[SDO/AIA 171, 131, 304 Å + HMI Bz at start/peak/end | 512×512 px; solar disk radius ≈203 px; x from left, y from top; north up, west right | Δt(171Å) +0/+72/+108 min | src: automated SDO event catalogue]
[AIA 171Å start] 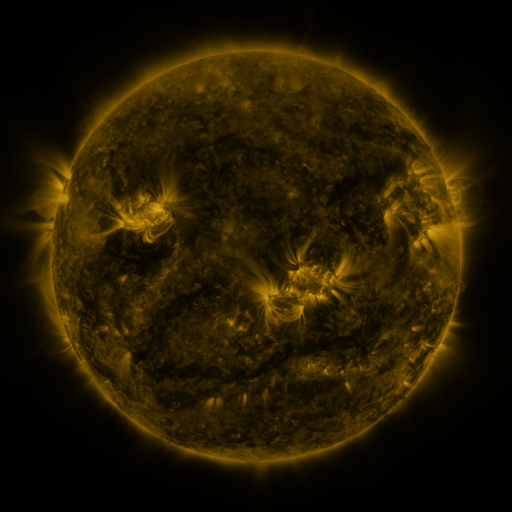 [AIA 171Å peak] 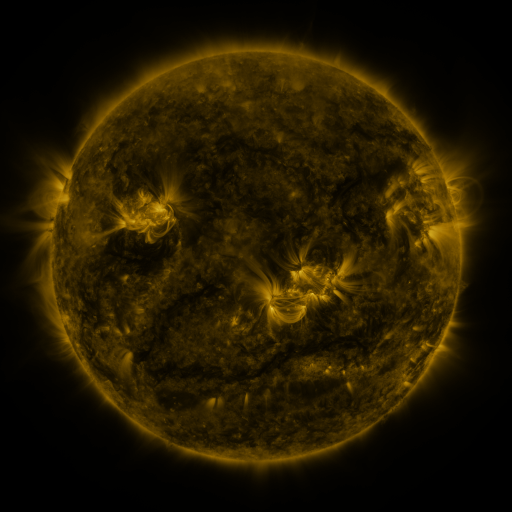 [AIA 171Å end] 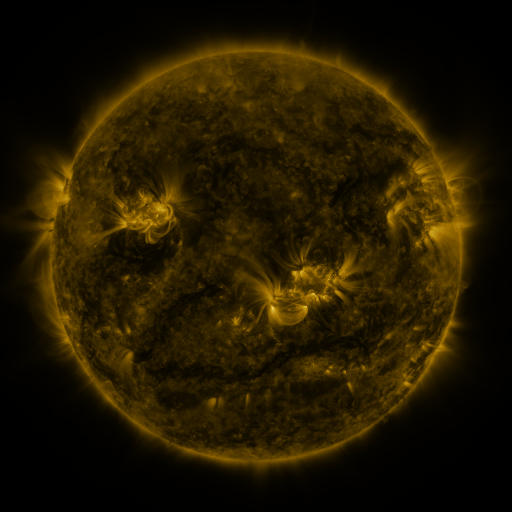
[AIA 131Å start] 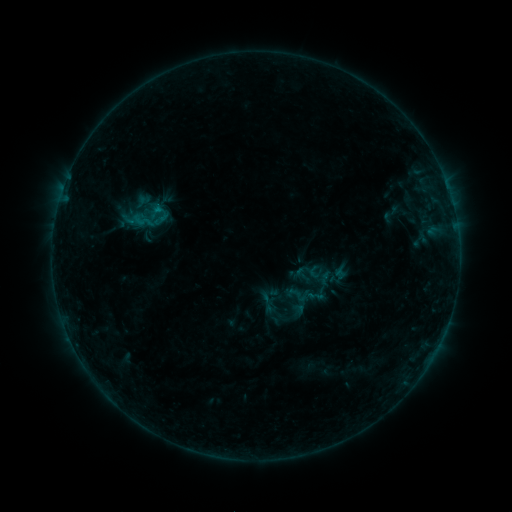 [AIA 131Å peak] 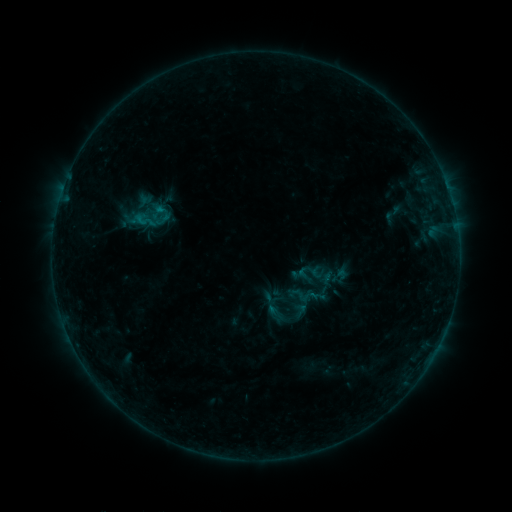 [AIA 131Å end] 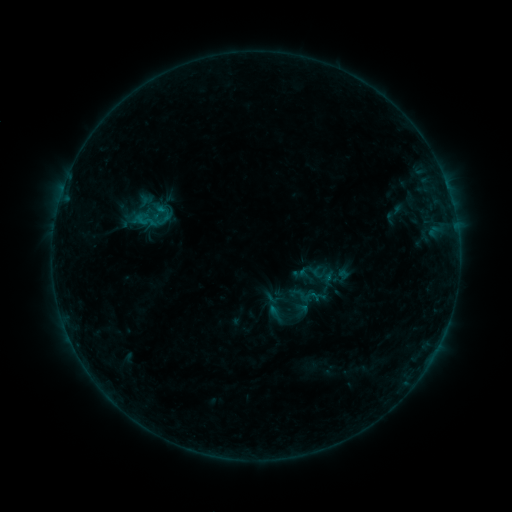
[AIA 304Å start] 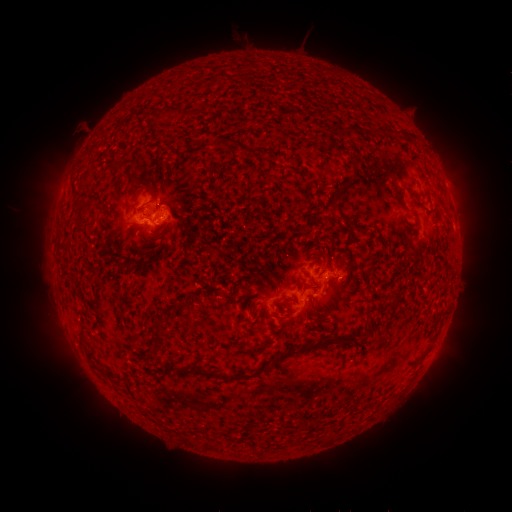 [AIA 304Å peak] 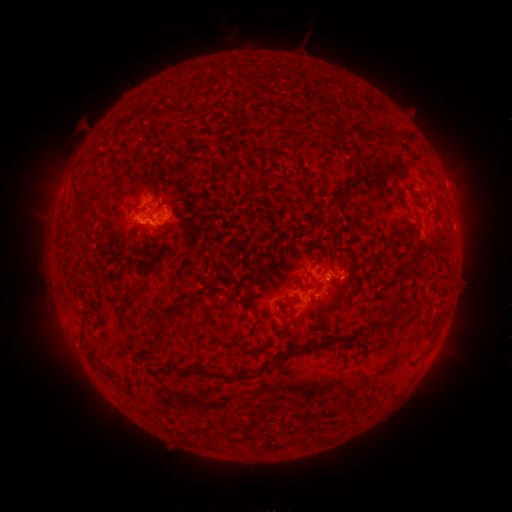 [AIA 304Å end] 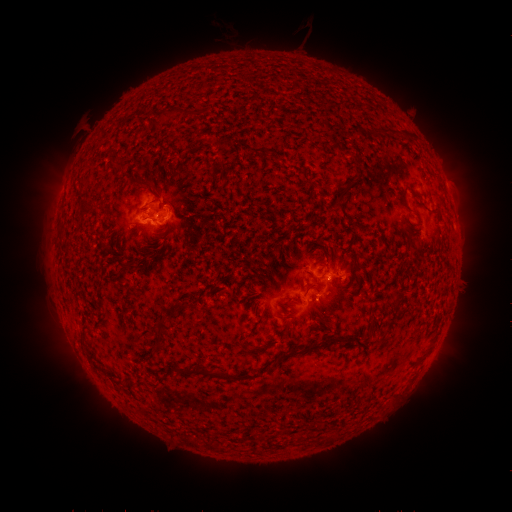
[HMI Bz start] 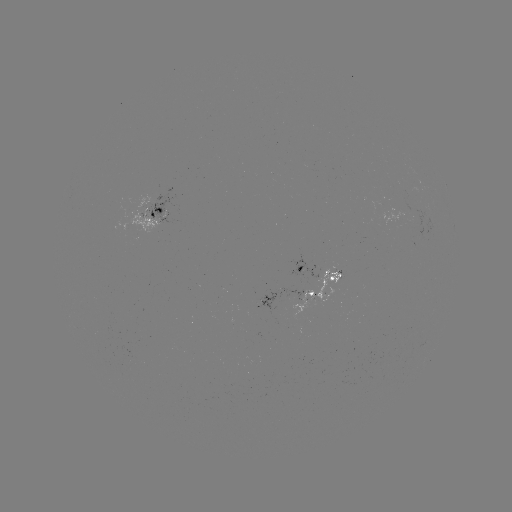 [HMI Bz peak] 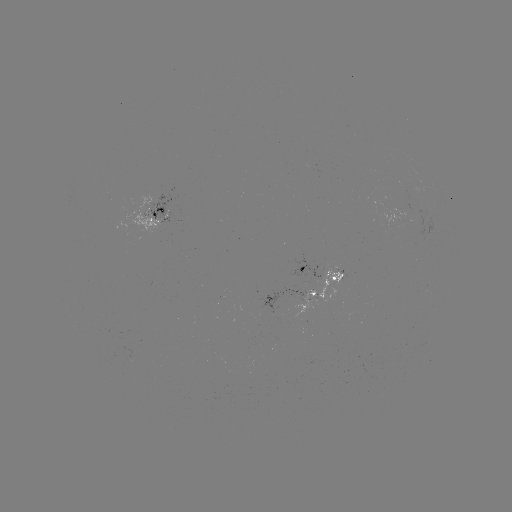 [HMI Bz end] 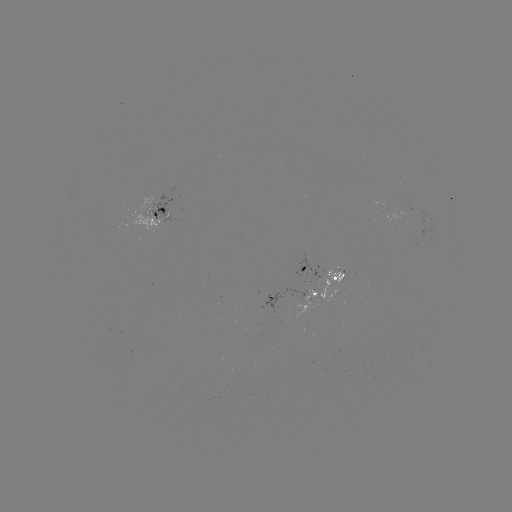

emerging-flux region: (400, 188, 420, 201)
